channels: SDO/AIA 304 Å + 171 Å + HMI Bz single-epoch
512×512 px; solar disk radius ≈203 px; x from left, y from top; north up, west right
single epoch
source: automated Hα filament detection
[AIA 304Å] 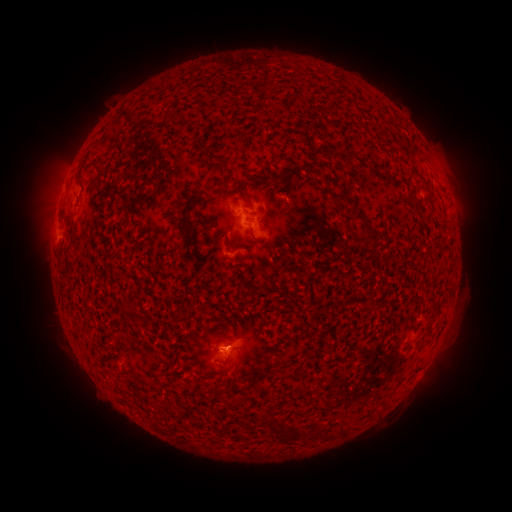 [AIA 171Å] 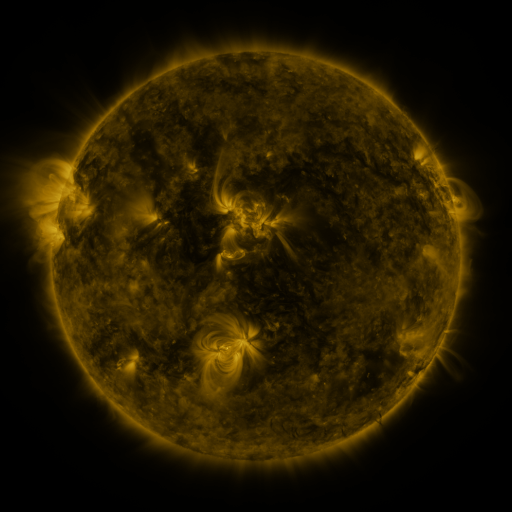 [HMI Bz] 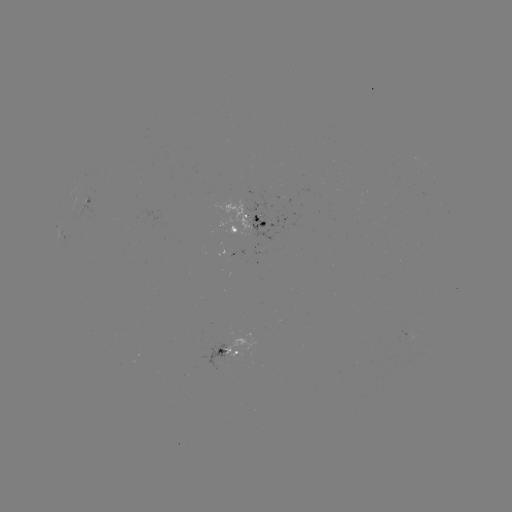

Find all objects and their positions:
filament: [138, 116, 150, 124]
filament: [146, 165, 154, 177]
filament: [195, 174, 256, 225]
filament: [272, 180, 291, 193]
filament: [310, 183, 319, 192]
filament: [295, 185, 306, 200]
filament: [328, 187, 343, 201]
filament: [262, 192, 271, 211]
filament: [236, 228, 247, 243]
filament: [356, 234, 374, 274]
filament: [362, 276, 380, 286]
filament: [249, 375, 259, 387]
filament: [204, 410, 214, 424]
filament: [213, 418, 235, 443]
filament: [269, 444, 278, 453]
